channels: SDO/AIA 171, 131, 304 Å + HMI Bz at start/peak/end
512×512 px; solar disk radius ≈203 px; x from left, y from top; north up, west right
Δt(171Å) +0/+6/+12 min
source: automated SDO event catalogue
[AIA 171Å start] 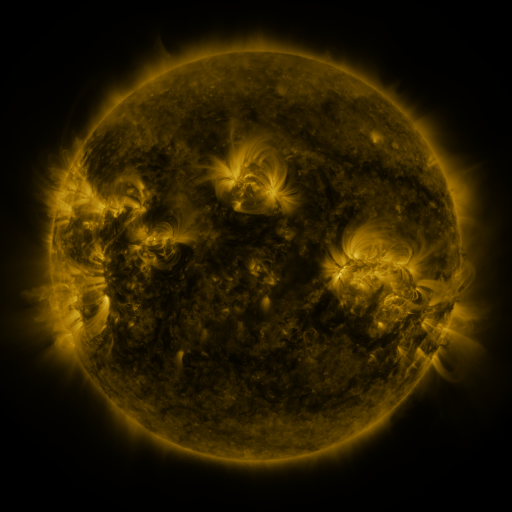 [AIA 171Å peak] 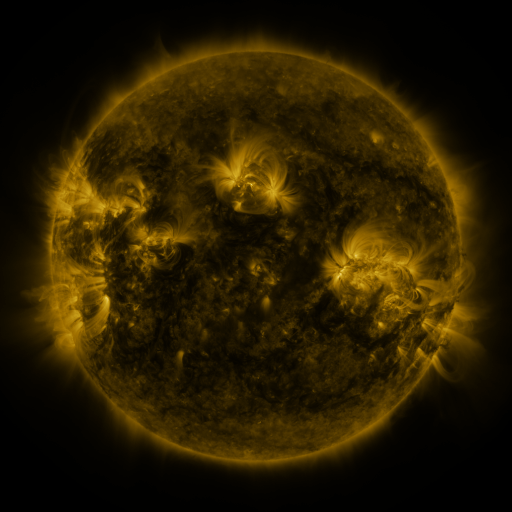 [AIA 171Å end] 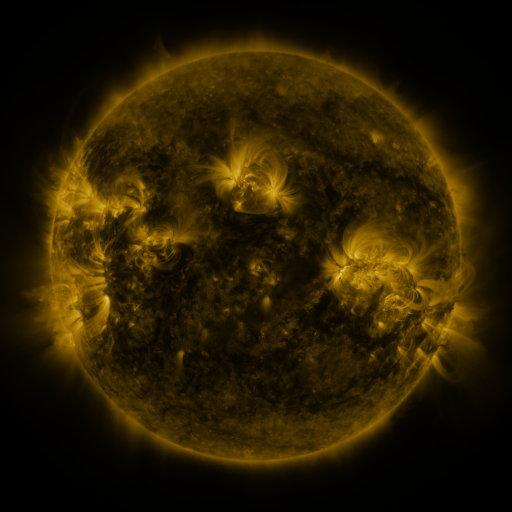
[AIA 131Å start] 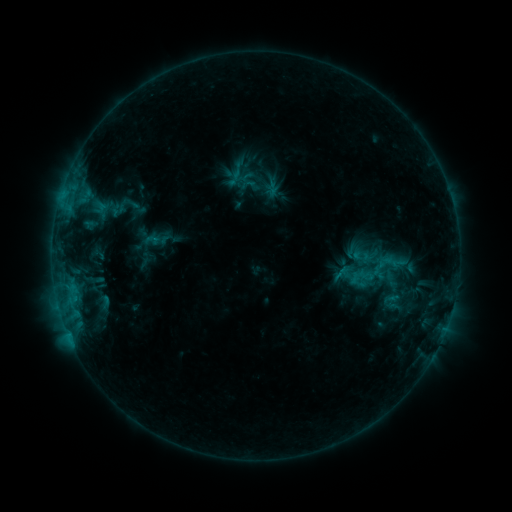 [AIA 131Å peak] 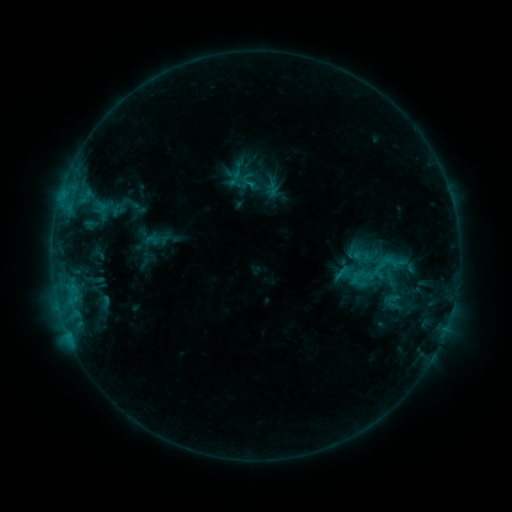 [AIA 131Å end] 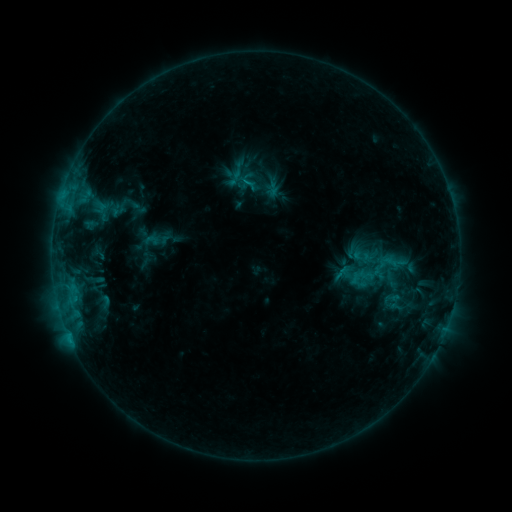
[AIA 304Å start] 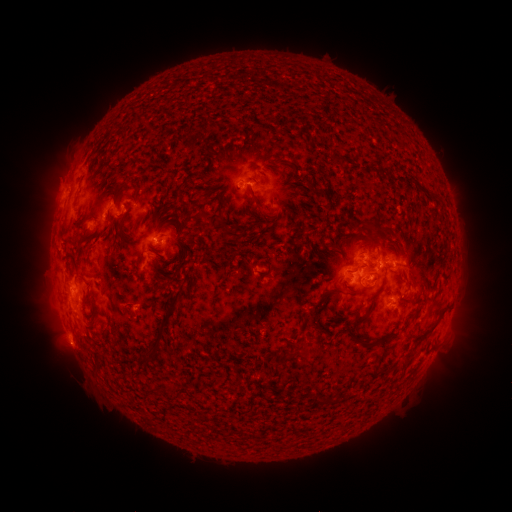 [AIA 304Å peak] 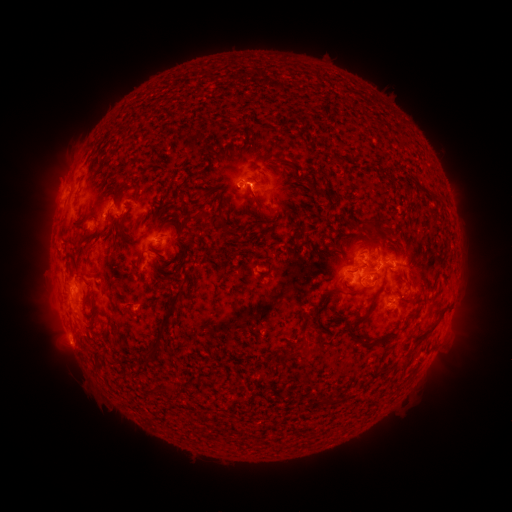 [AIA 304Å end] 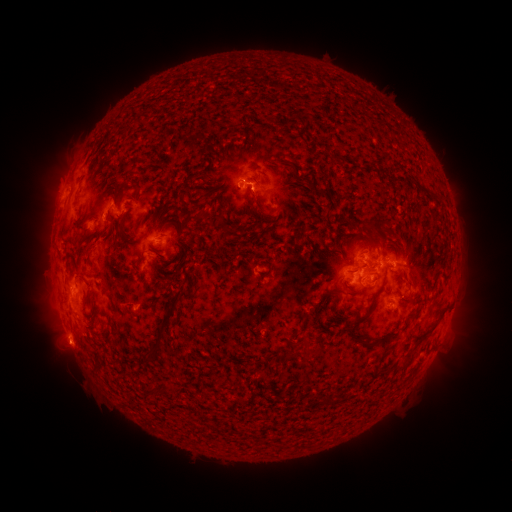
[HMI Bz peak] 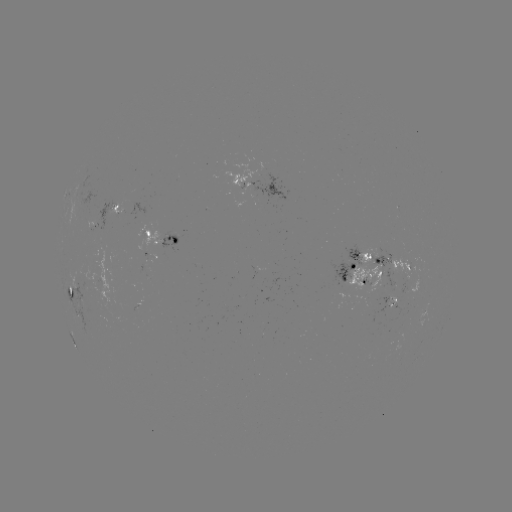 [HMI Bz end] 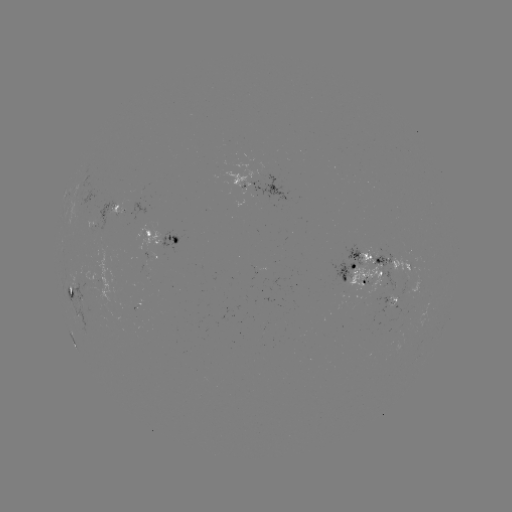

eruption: <bbox>238, 178, 272, 215</bbox>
